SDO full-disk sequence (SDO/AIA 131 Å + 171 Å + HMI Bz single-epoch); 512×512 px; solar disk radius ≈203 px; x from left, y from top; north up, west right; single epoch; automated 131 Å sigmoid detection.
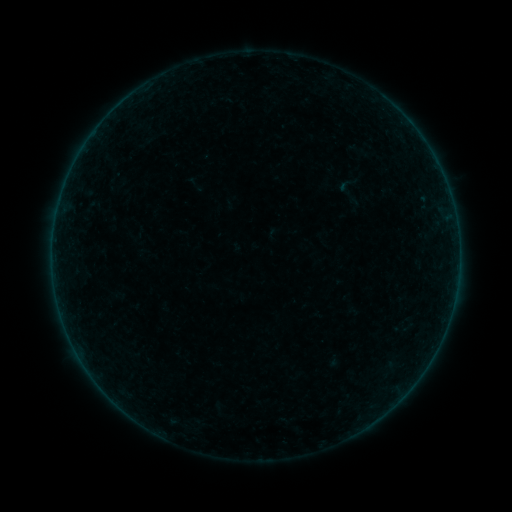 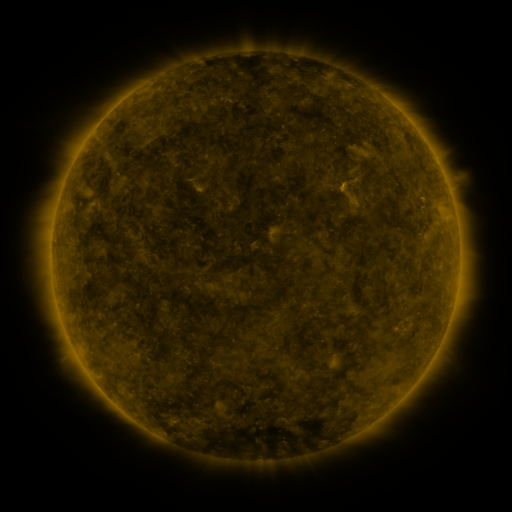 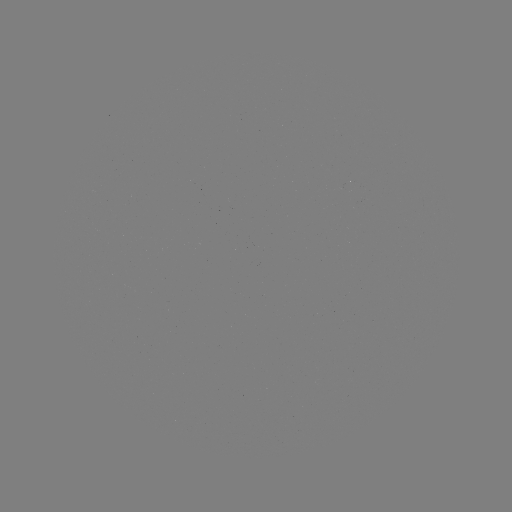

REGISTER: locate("sigmoid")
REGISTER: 348,184